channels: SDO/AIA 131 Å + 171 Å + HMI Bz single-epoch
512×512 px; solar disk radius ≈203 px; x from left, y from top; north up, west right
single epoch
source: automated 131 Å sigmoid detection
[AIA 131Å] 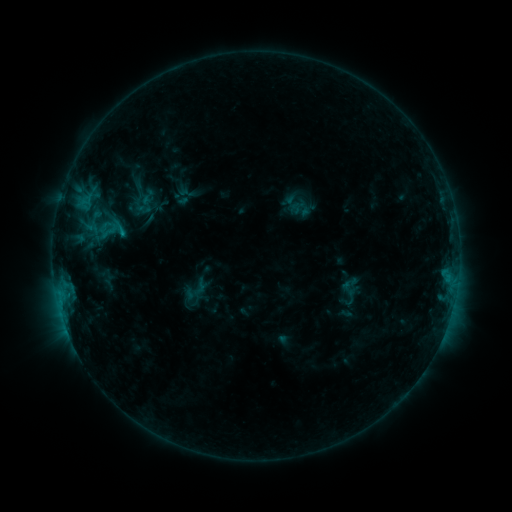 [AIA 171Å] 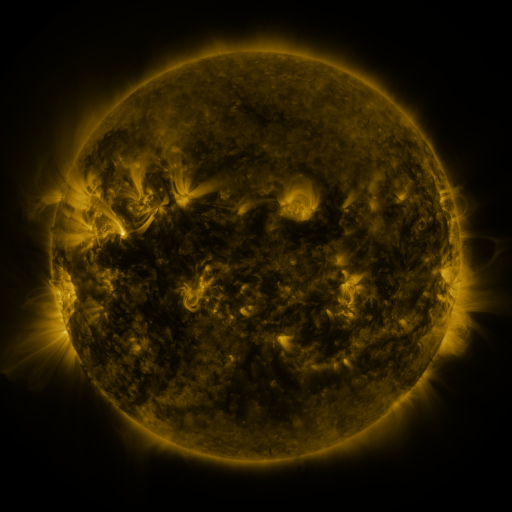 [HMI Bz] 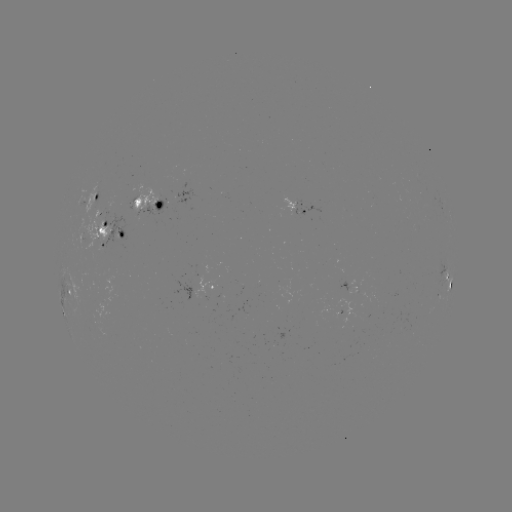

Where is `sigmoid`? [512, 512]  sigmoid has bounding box [100, 221, 119, 240].